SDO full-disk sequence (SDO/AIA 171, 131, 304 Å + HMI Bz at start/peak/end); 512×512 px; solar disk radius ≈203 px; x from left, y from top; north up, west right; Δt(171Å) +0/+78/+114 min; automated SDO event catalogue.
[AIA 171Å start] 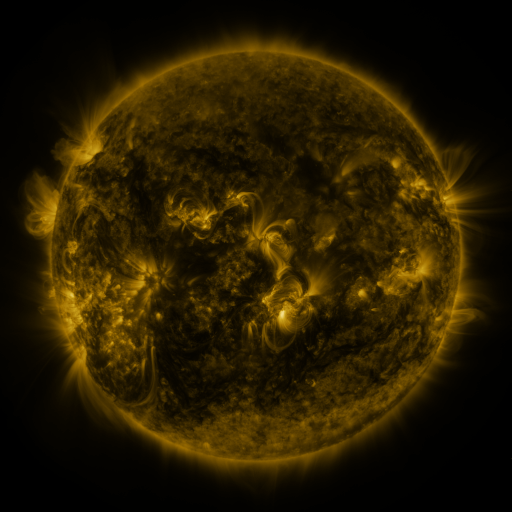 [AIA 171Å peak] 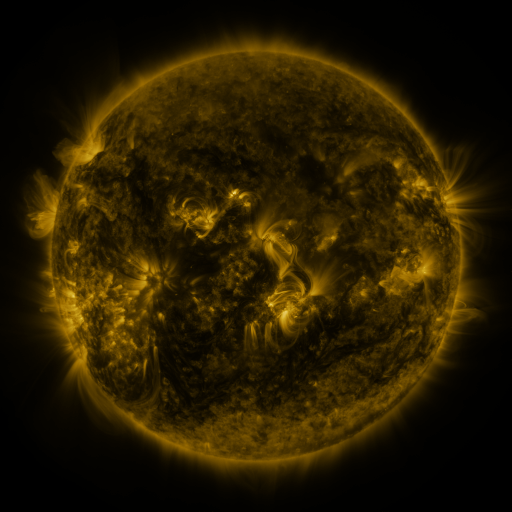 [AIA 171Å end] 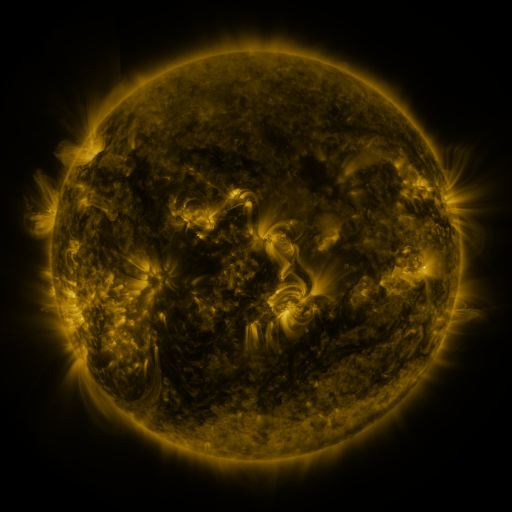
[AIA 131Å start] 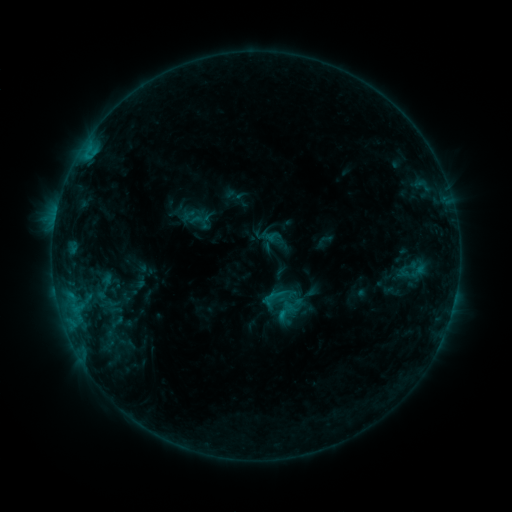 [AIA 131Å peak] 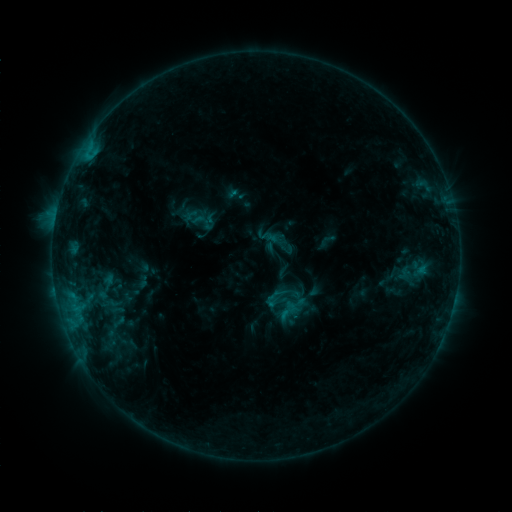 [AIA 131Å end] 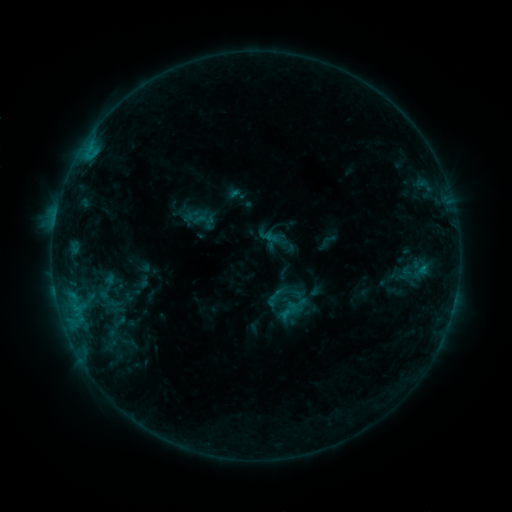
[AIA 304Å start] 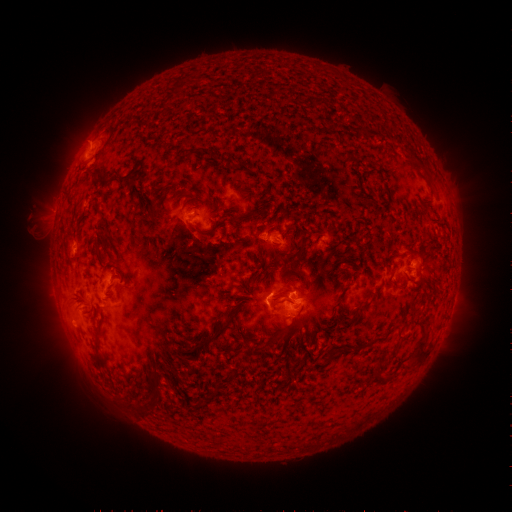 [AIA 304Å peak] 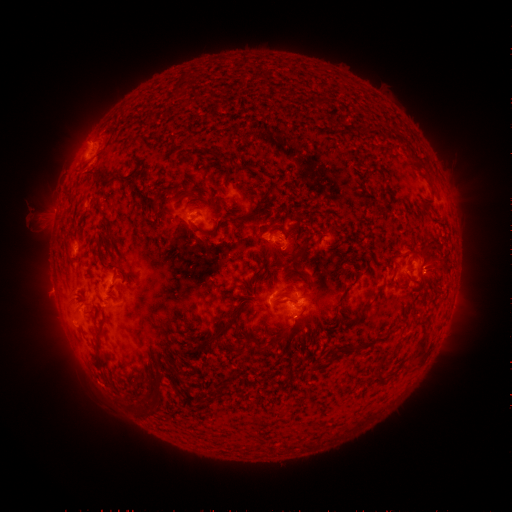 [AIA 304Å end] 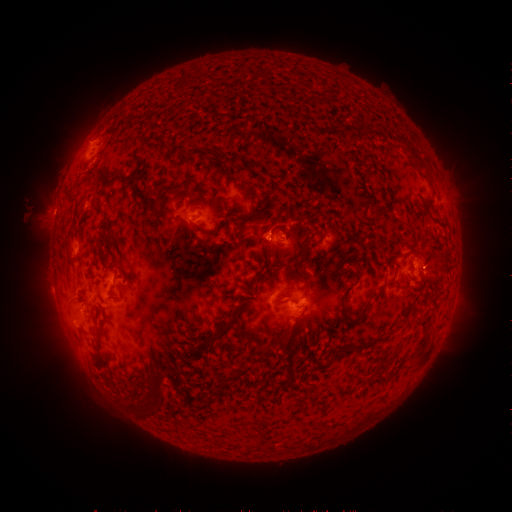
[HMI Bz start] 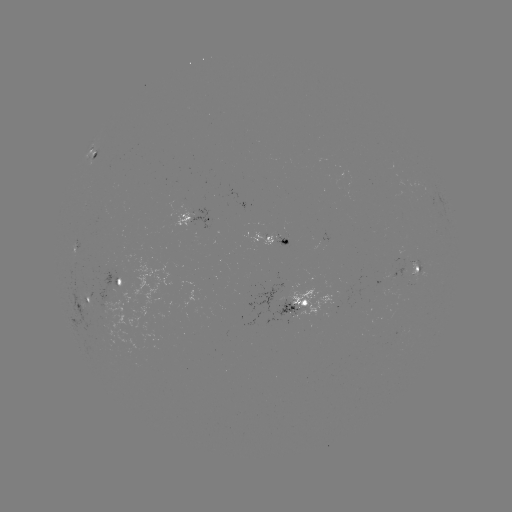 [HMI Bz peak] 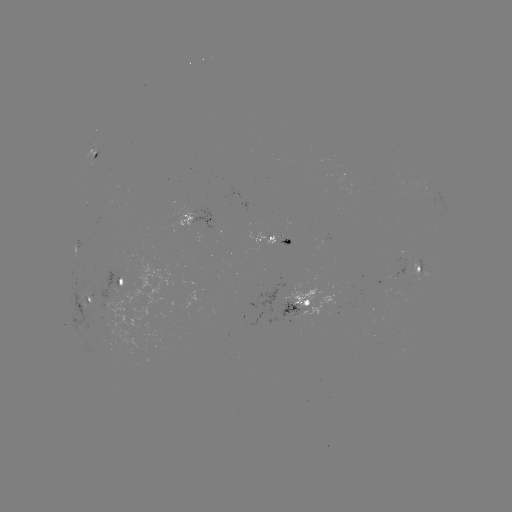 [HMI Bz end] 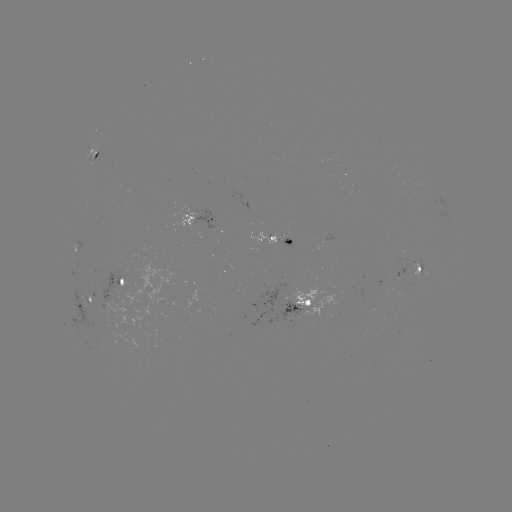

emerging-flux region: (399, 259, 427, 278)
